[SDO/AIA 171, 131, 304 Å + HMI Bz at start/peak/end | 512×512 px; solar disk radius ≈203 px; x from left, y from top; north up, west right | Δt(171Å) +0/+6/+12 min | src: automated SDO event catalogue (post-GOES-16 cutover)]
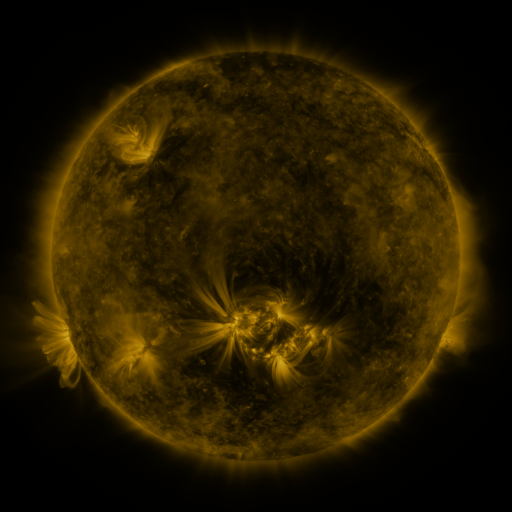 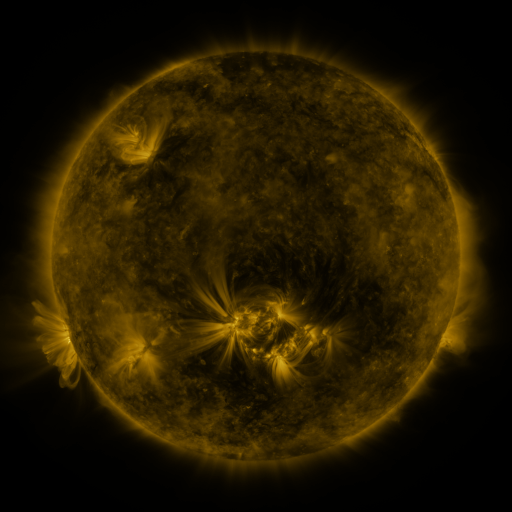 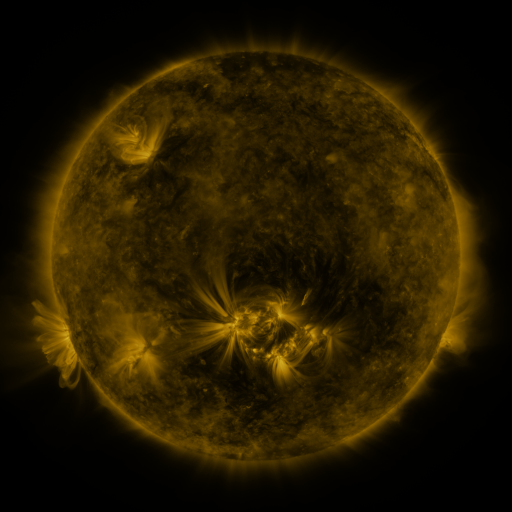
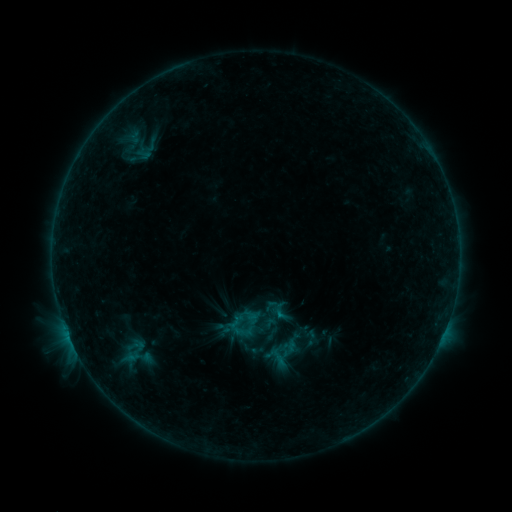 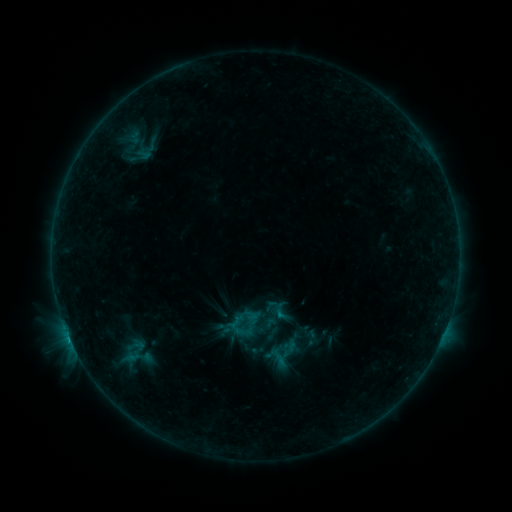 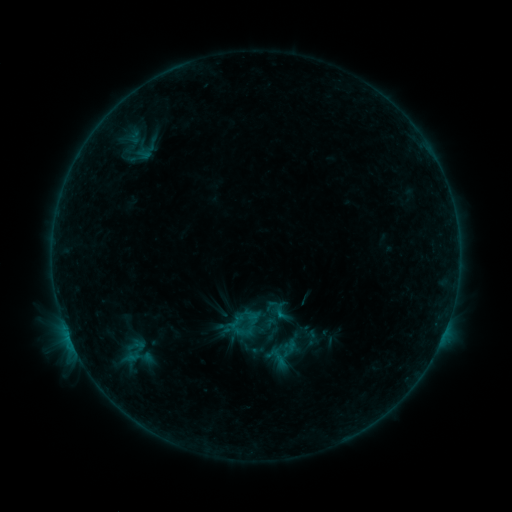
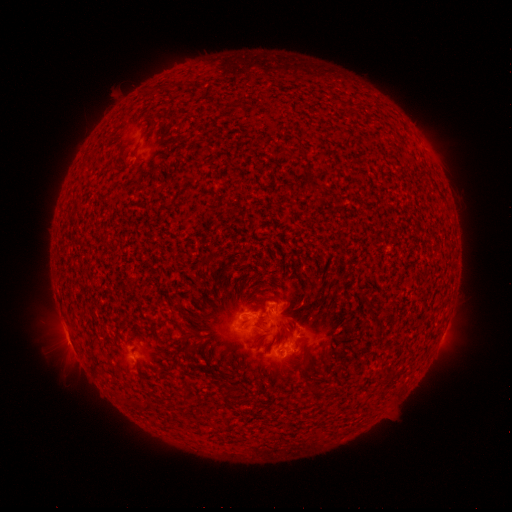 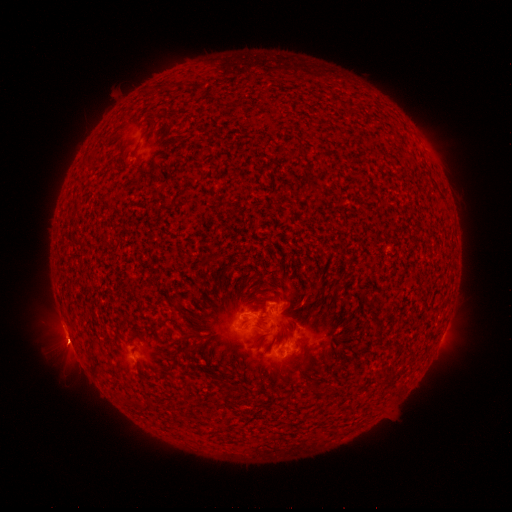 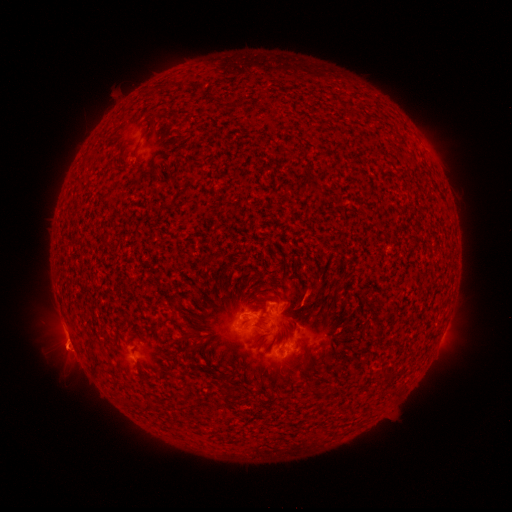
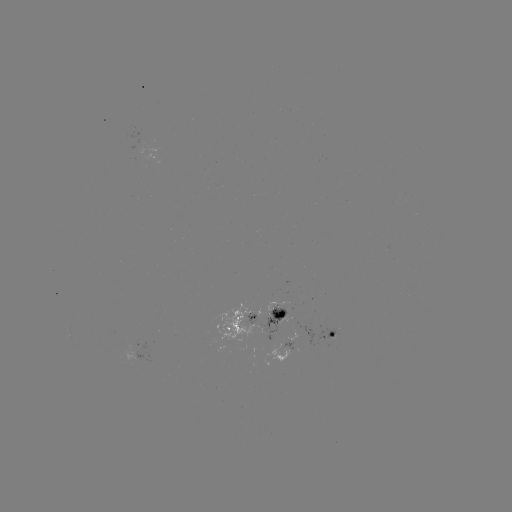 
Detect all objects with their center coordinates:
B6.9 flare: (70, 338)
